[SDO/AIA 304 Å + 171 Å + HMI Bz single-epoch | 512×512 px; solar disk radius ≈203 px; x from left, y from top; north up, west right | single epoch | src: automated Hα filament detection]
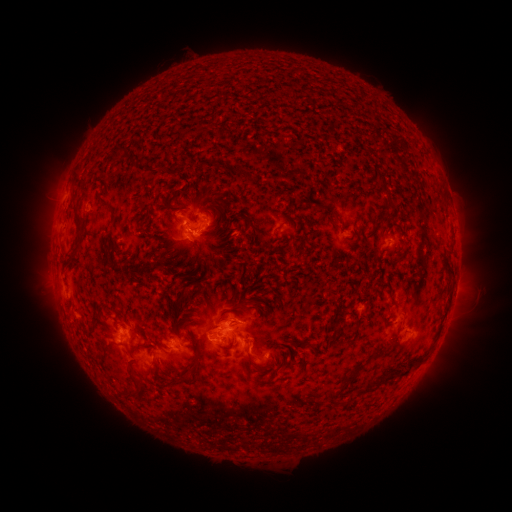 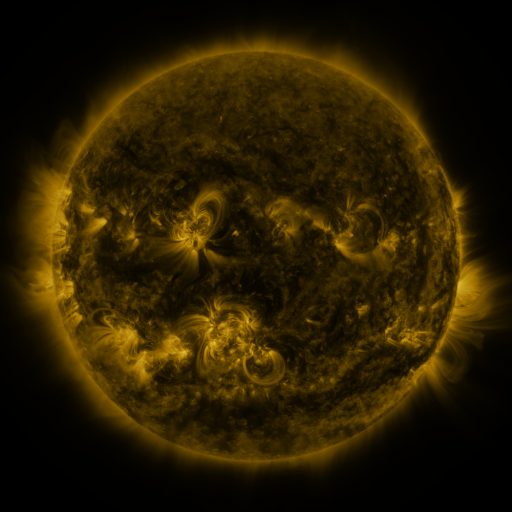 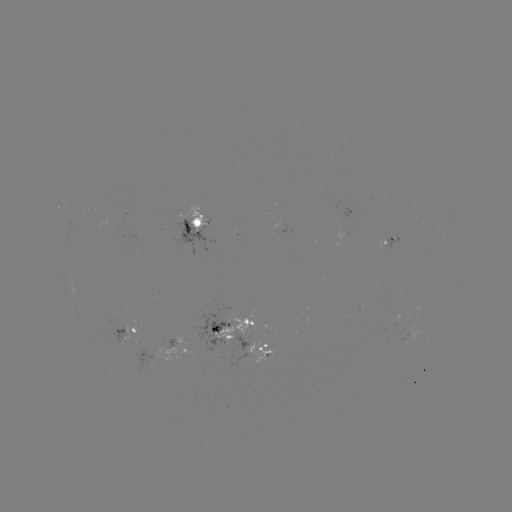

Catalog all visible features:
filament: (115, 153)
filament: (75, 180)
filament: (386, 193)
filament: (102, 203)
filament: (176, 210)
filament: (215, 212)
filament: (251, 226)
filament: (78, 227)
filament: (400, 228)
filament: (402, 254)
filament: (449, 266)
filament: (392, 296)
filament: (174, 309)
filament: (338, 325)
filament: (241, 334)
filament: (192, 340)
filament: (232, 343)
filament: (310, 343)
filament: (376, 354)
filament: (413, 360)
filament: (262, 367)
filament: (132, 373)
filament: (354, 374)
filament: (378, 379)
filament: (133, 394)
